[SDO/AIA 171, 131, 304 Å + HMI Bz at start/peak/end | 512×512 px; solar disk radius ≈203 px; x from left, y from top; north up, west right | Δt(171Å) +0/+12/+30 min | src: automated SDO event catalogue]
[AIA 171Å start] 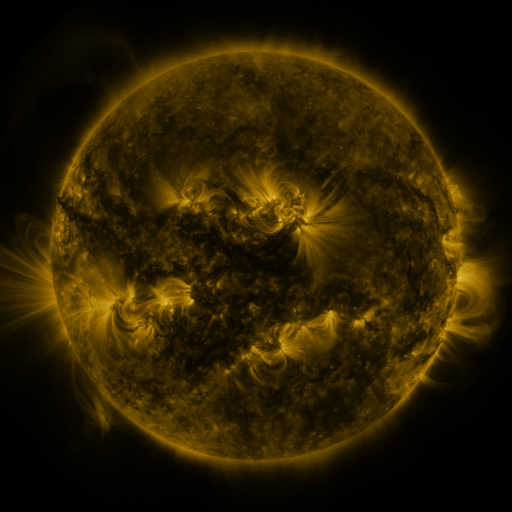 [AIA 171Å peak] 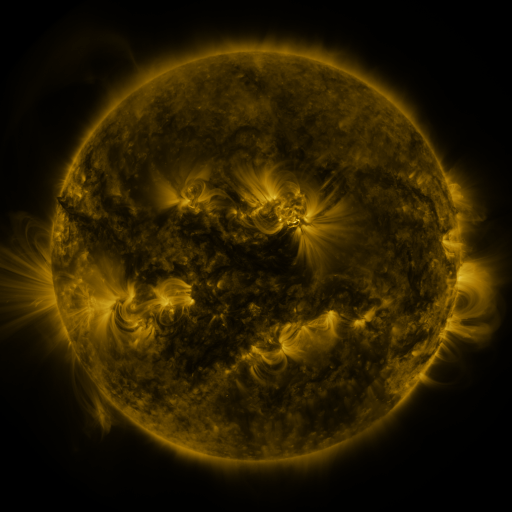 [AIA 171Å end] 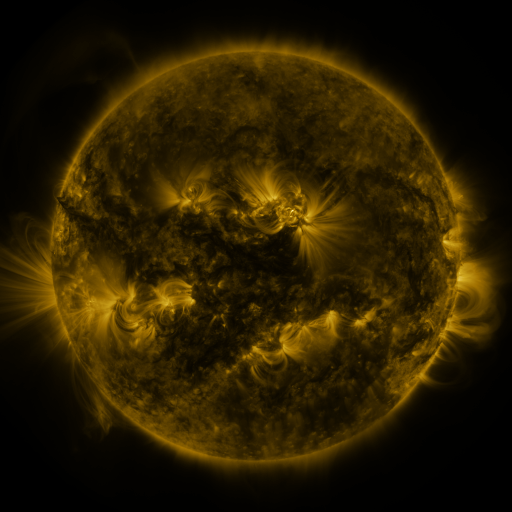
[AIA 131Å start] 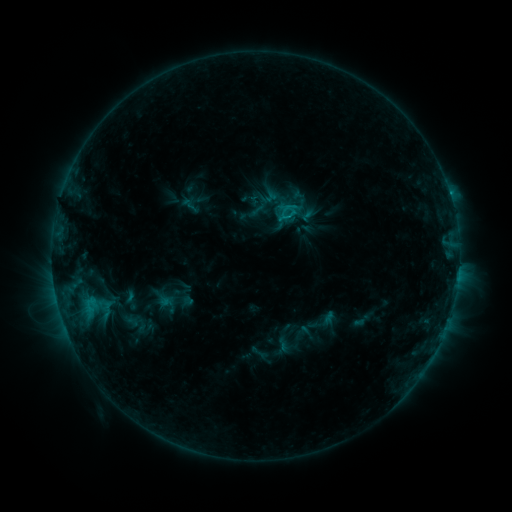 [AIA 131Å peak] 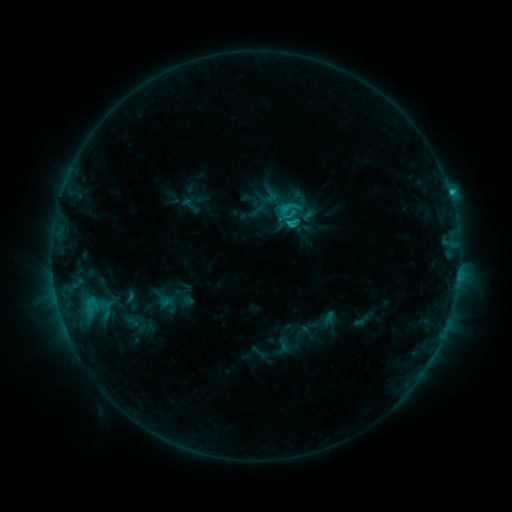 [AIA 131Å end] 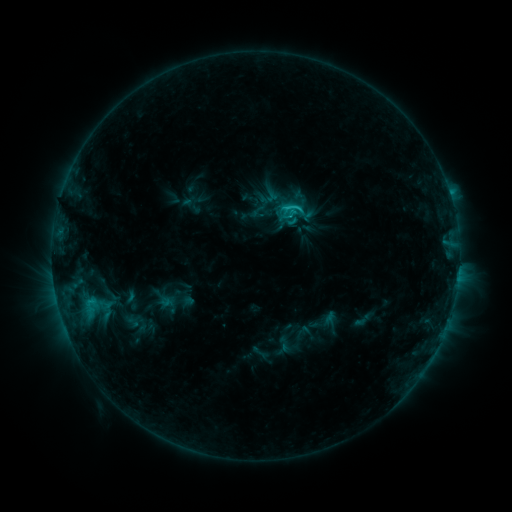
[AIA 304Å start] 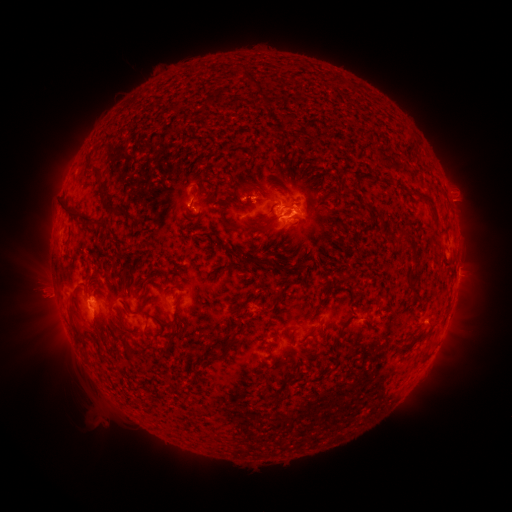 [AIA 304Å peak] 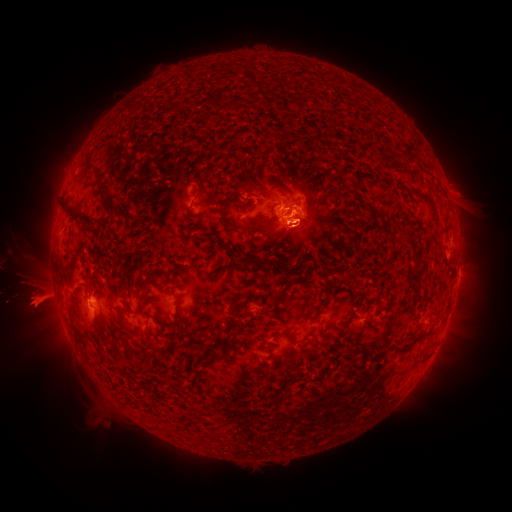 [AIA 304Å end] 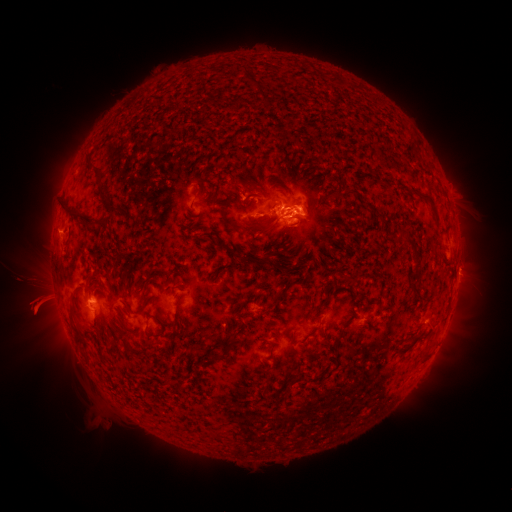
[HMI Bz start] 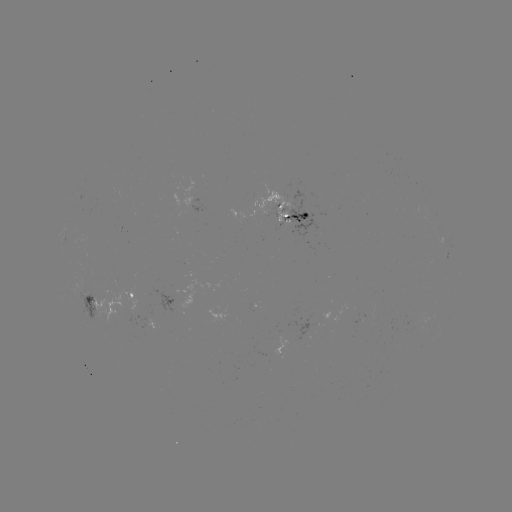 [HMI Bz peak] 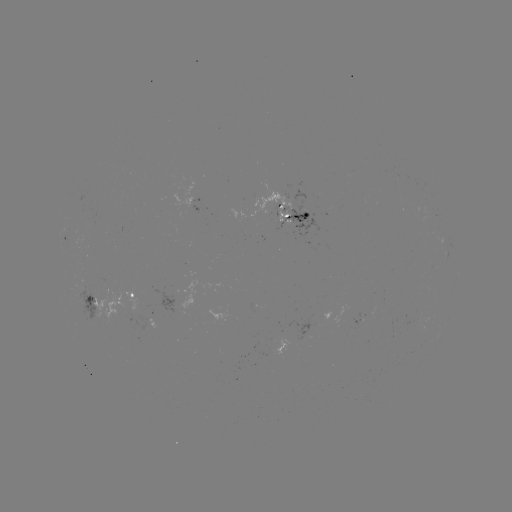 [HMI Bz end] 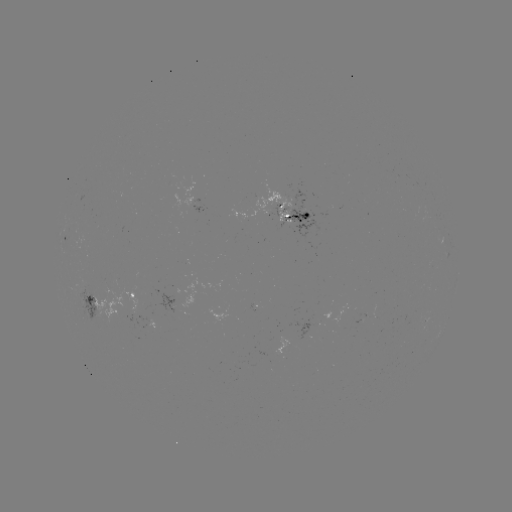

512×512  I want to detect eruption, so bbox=[0, 210, 72, 367].